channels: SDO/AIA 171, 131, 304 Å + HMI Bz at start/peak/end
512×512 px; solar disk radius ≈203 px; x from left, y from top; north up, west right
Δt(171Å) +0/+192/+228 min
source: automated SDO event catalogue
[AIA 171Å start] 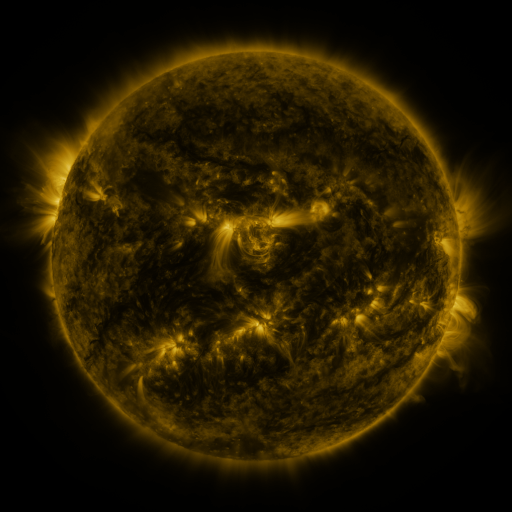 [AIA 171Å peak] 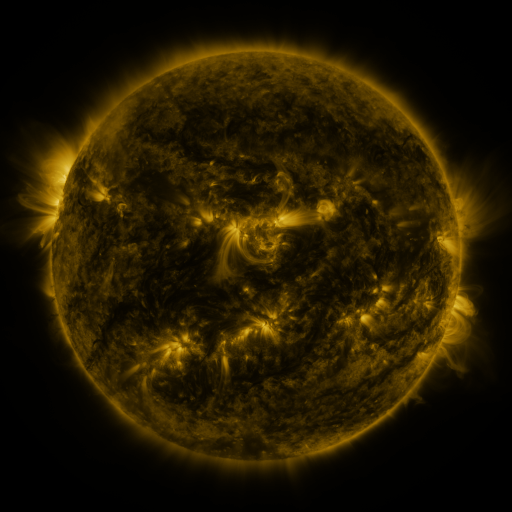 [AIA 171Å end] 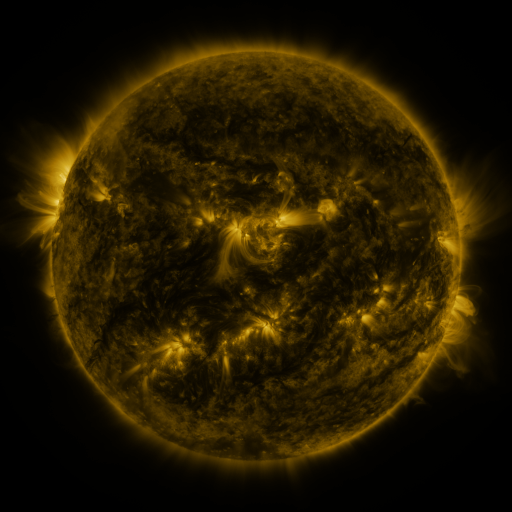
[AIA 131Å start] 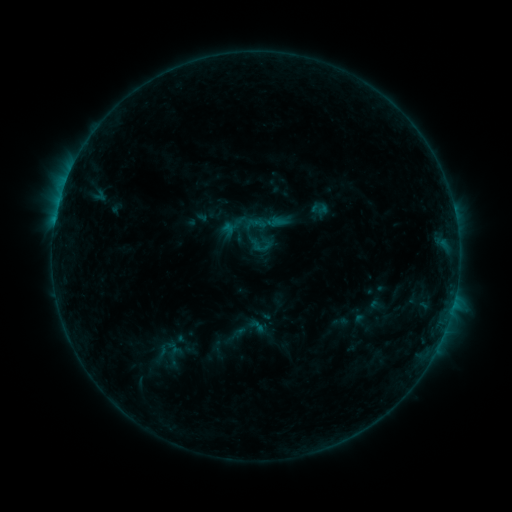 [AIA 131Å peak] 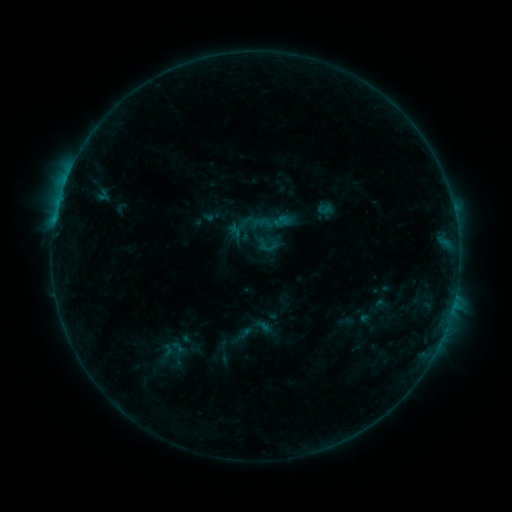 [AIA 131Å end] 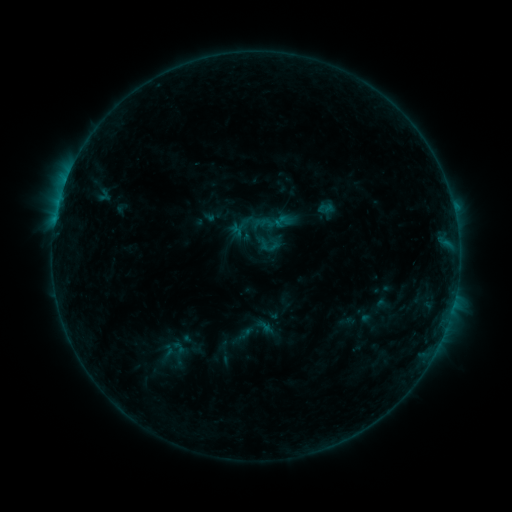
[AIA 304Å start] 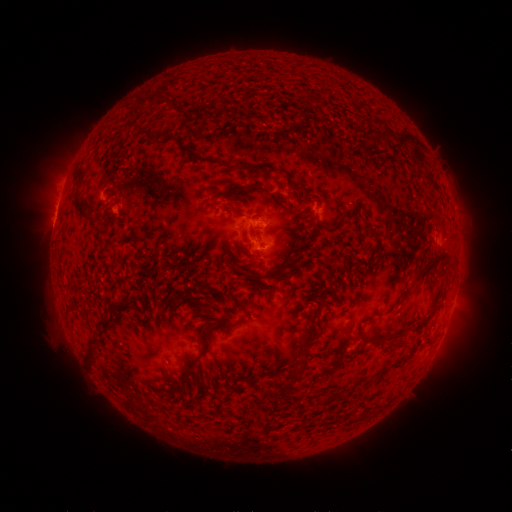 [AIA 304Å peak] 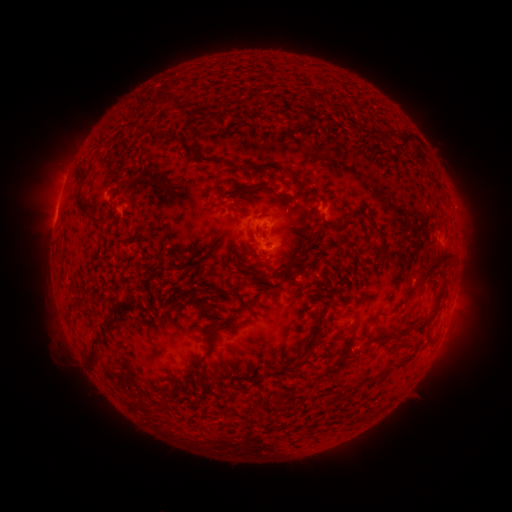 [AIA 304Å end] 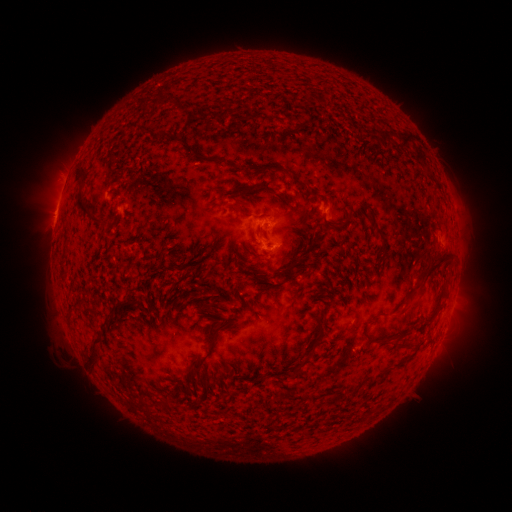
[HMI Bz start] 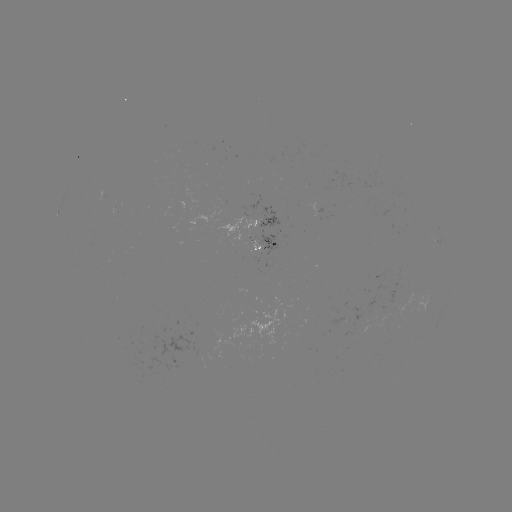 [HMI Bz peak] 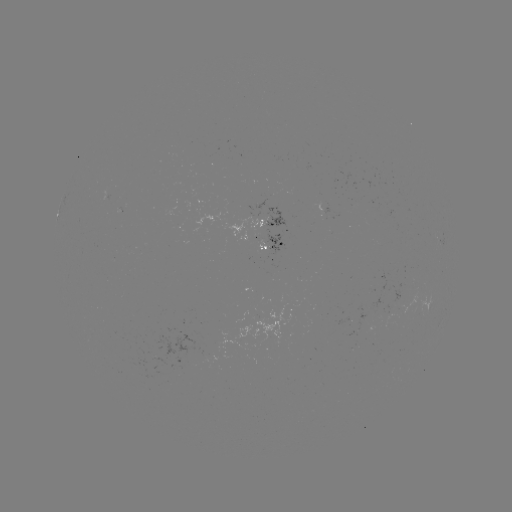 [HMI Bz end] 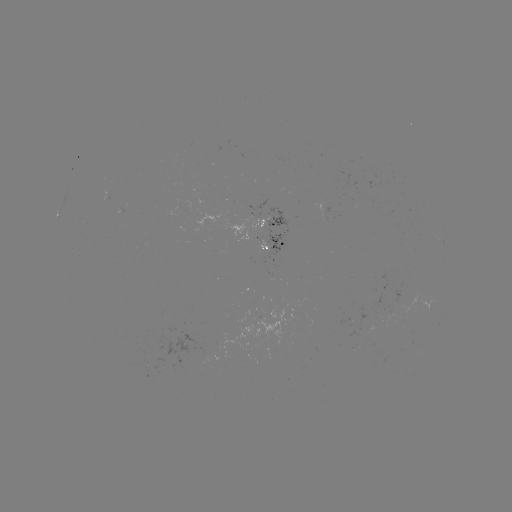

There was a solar emerging-flux region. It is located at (256, 253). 